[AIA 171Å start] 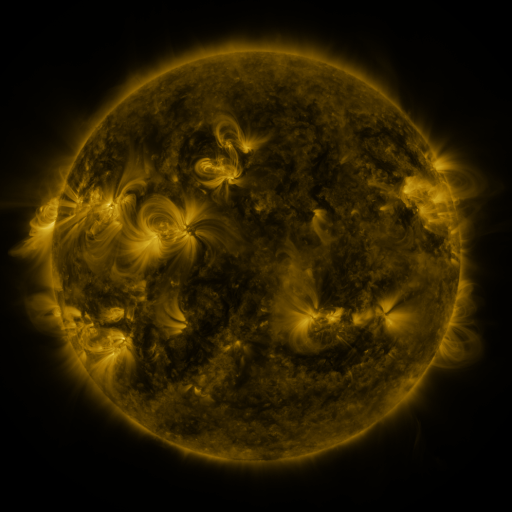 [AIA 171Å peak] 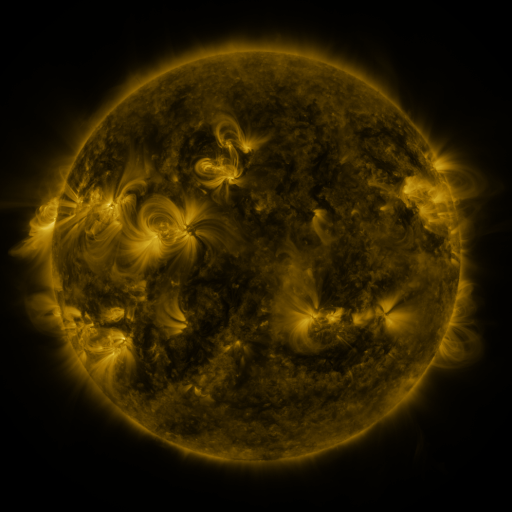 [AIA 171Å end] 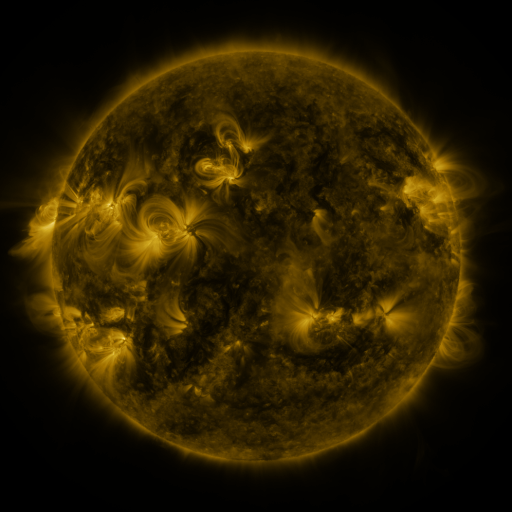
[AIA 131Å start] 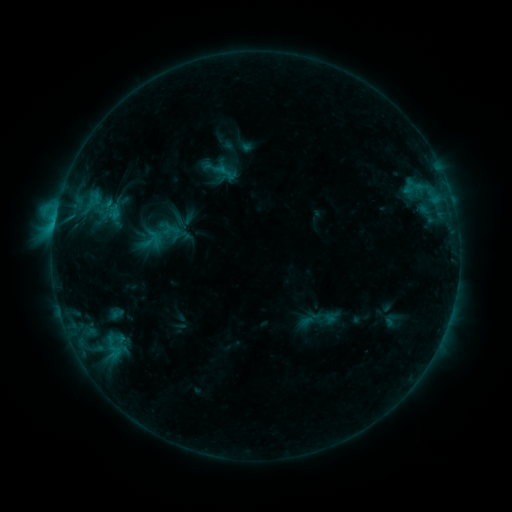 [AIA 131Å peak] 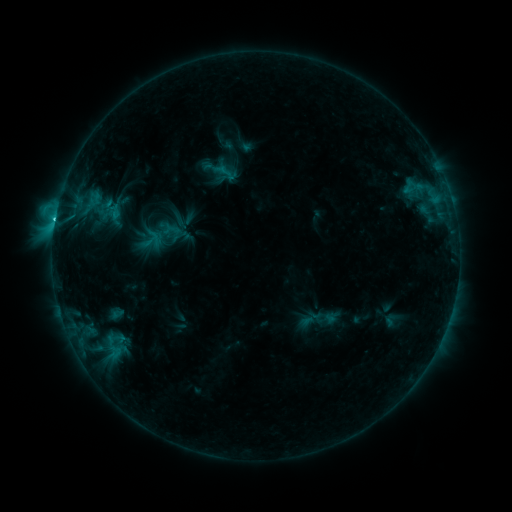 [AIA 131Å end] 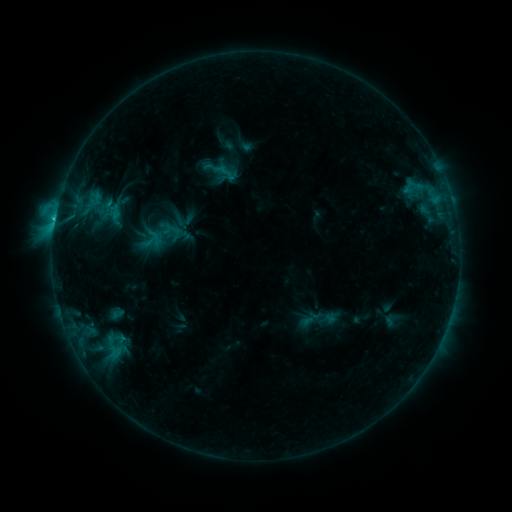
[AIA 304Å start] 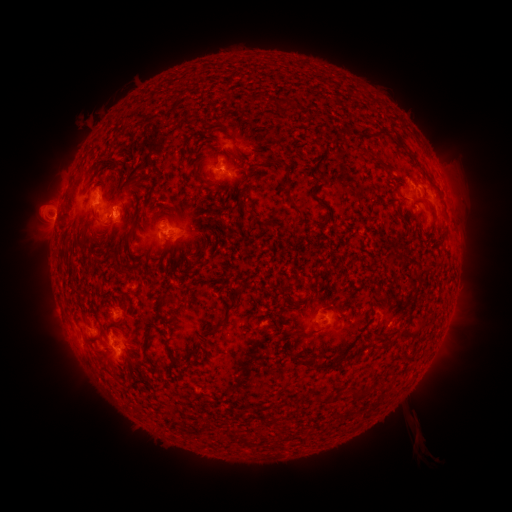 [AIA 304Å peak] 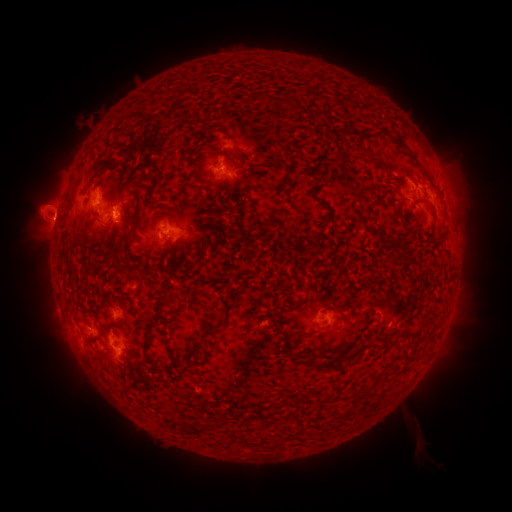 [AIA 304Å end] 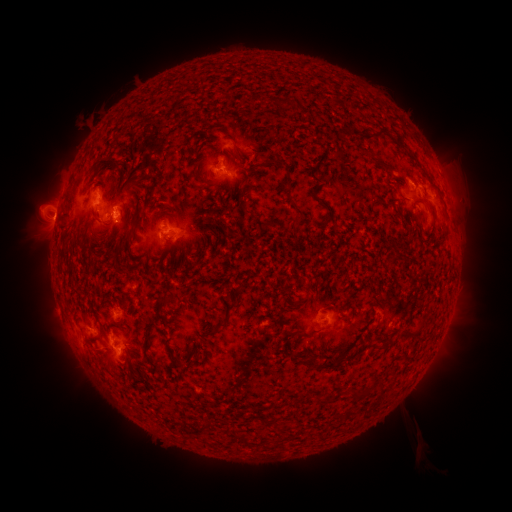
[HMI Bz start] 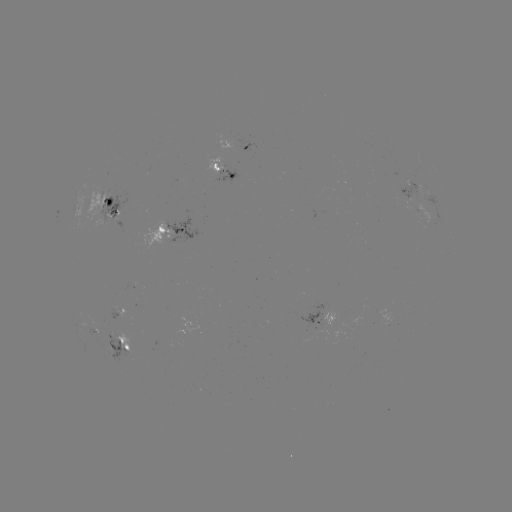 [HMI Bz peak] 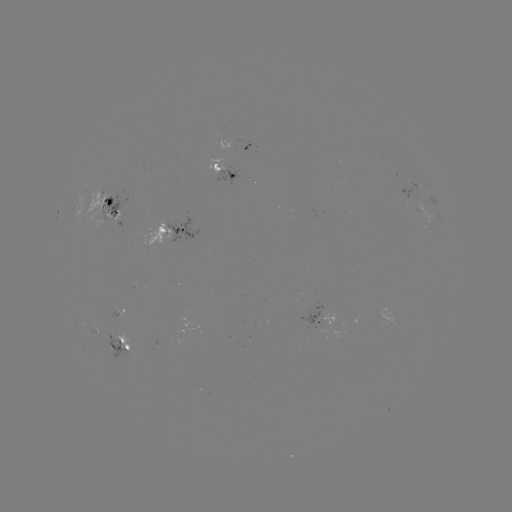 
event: flare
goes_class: C2.0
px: (55, 220)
